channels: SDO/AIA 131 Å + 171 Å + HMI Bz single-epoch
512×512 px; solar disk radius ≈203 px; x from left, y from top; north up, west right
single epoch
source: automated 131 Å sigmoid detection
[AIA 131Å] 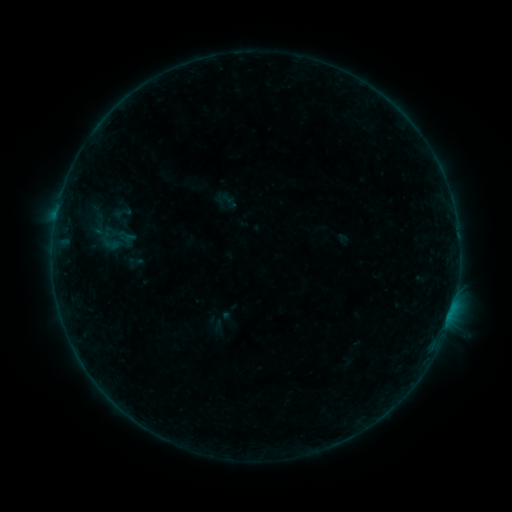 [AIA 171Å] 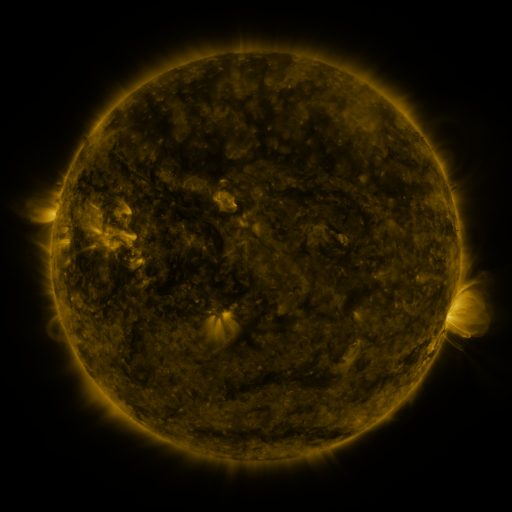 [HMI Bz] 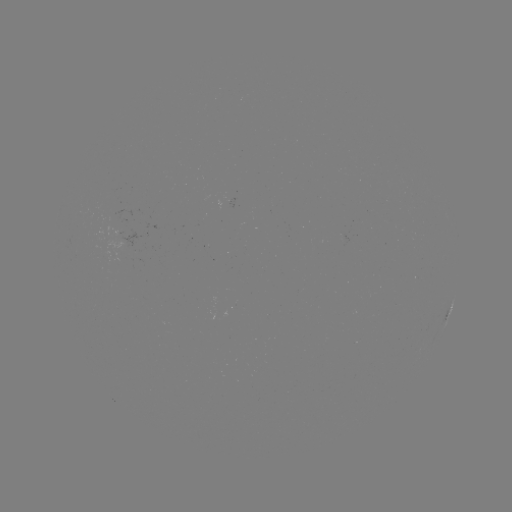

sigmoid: [104, 235, 120, 254]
